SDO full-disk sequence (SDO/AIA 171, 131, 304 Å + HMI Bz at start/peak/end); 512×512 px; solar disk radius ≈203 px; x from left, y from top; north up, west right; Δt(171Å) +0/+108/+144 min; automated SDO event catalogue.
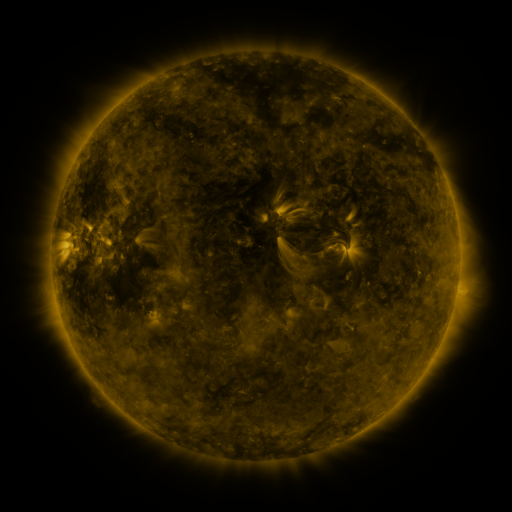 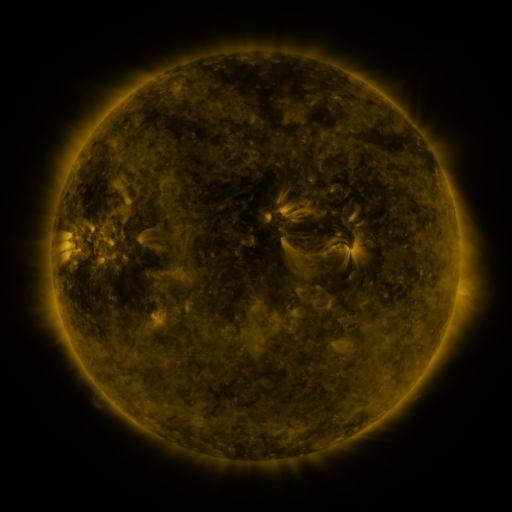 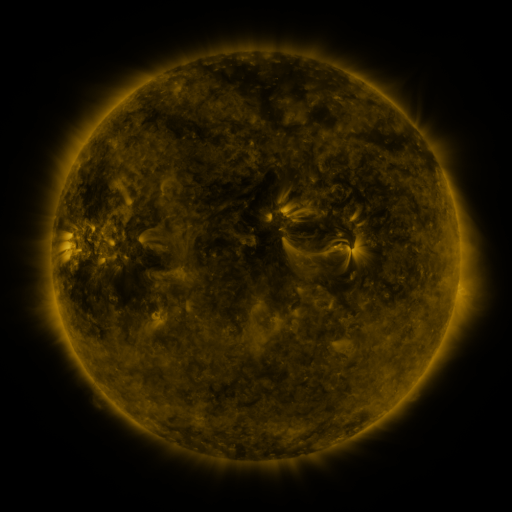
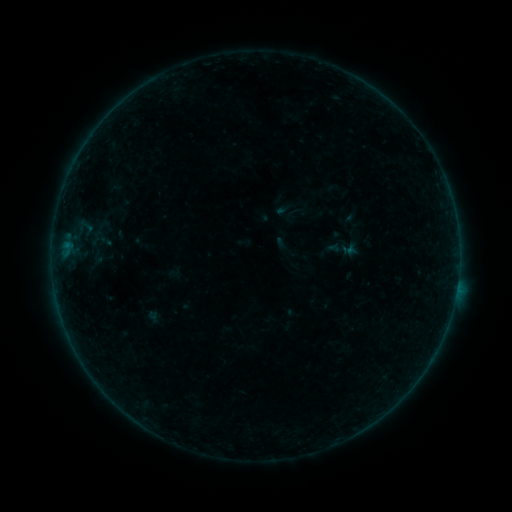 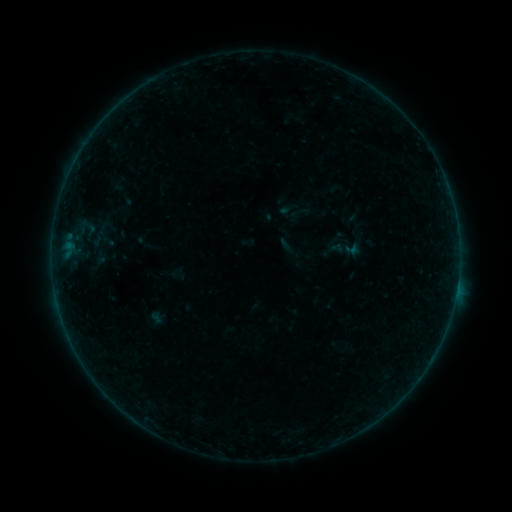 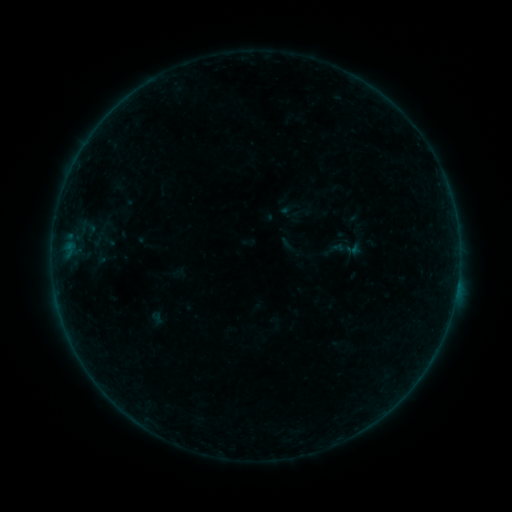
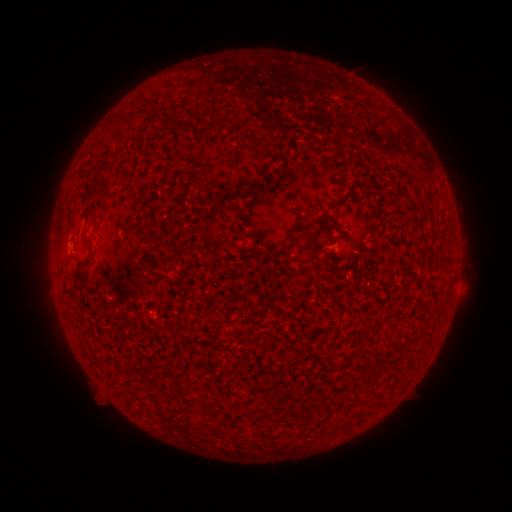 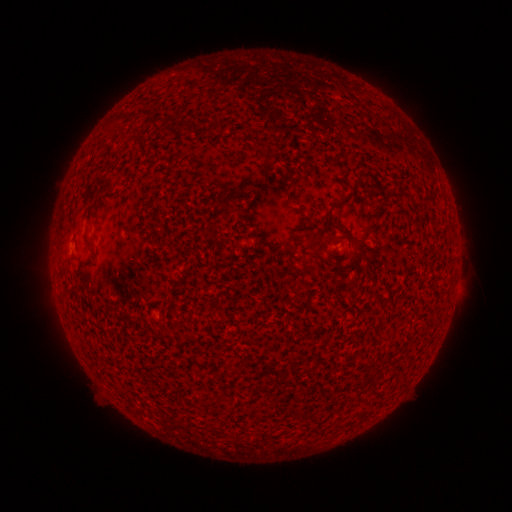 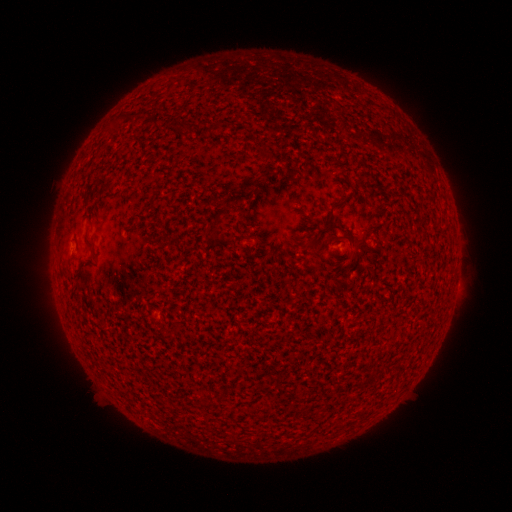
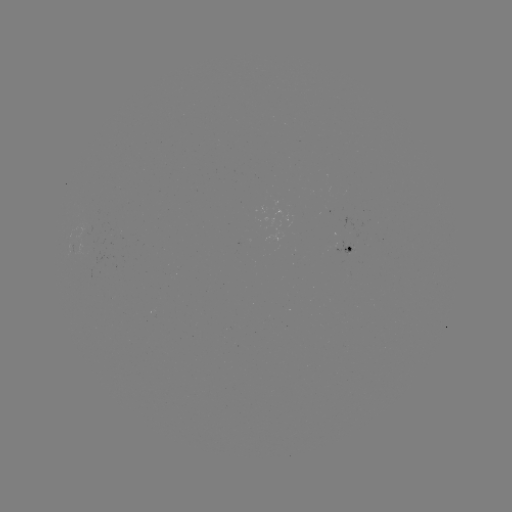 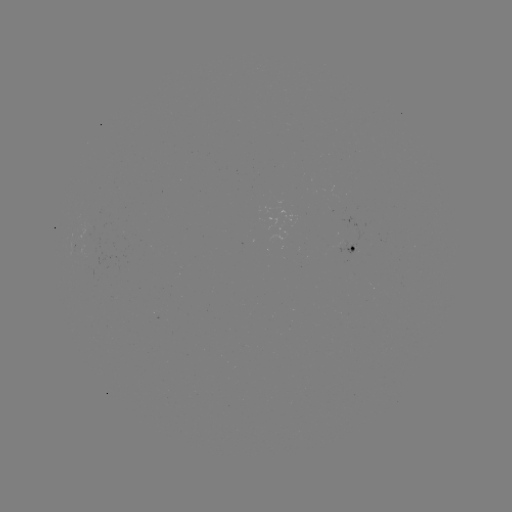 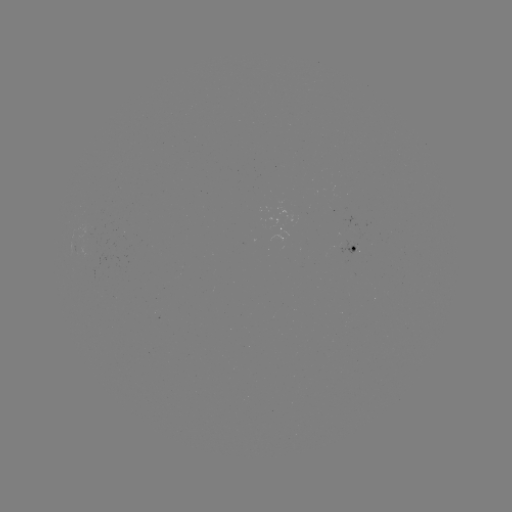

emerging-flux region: (337, 242, 358, 256)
